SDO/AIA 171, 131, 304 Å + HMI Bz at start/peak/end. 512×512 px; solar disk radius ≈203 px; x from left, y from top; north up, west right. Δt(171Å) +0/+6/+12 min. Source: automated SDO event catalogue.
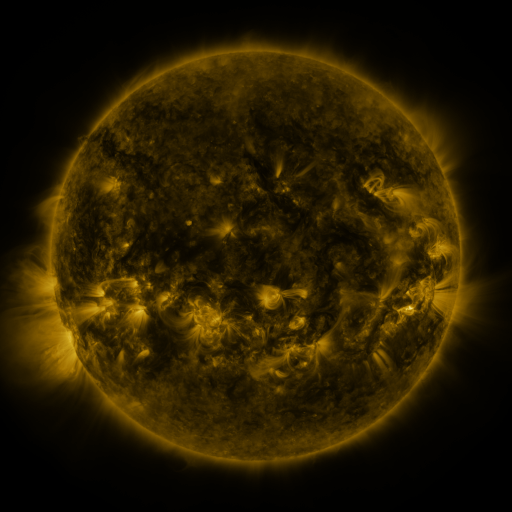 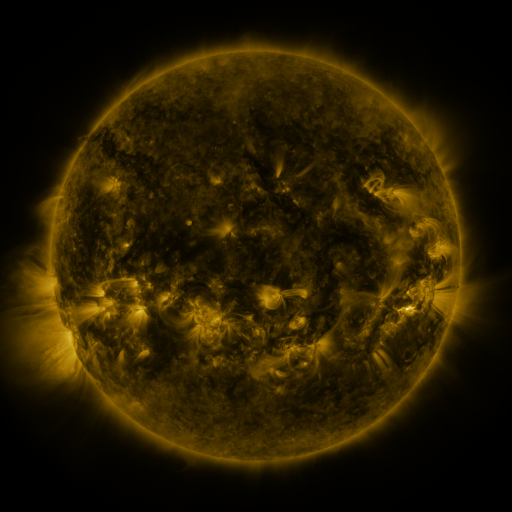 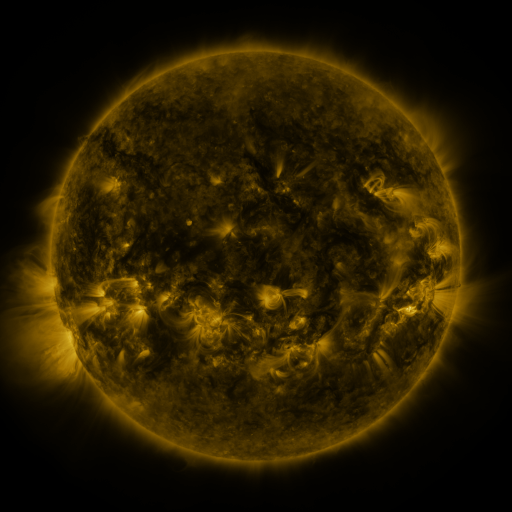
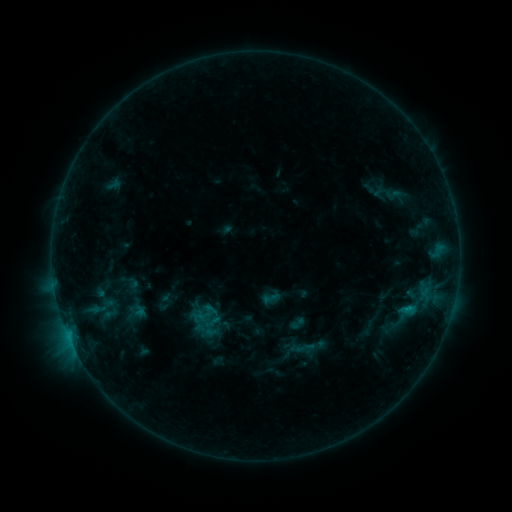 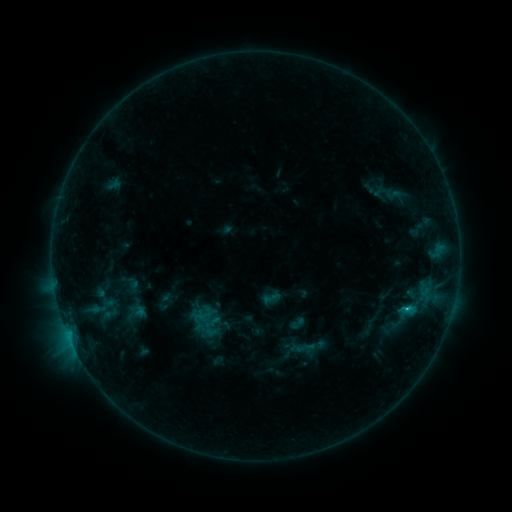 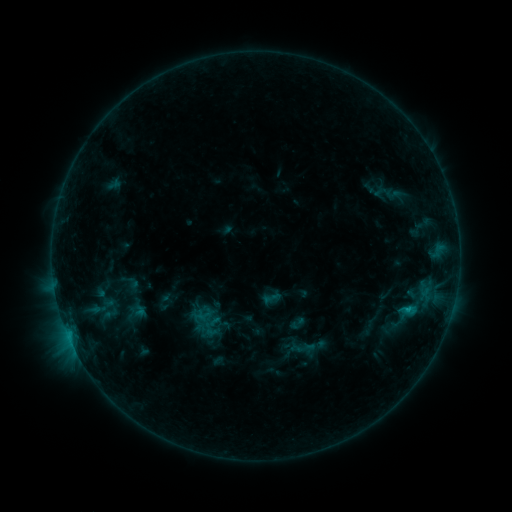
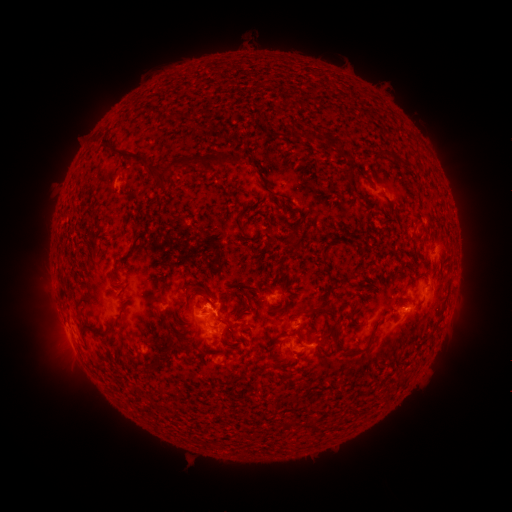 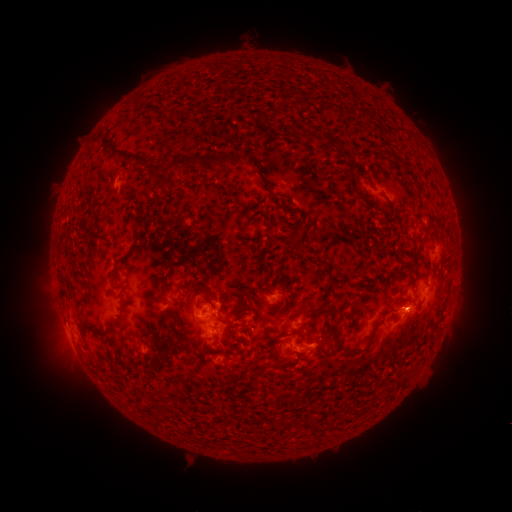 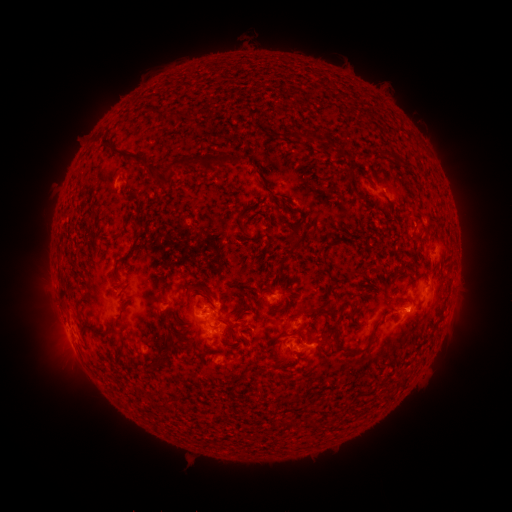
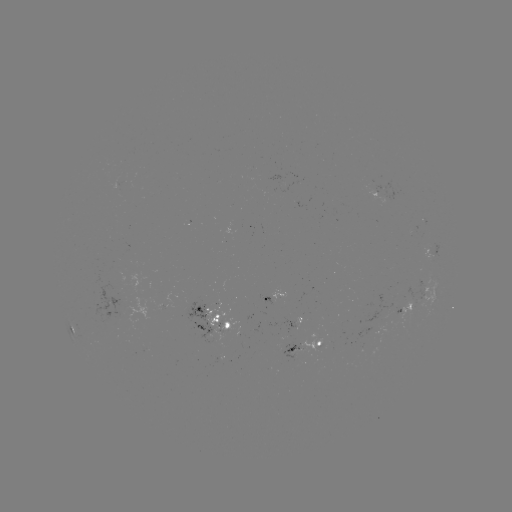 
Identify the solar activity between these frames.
B9.9 flare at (407, 306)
